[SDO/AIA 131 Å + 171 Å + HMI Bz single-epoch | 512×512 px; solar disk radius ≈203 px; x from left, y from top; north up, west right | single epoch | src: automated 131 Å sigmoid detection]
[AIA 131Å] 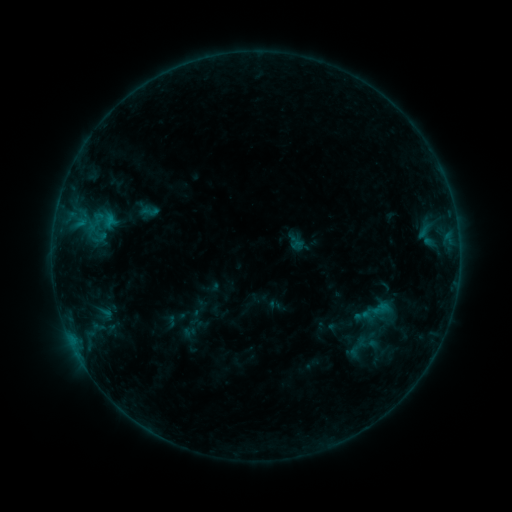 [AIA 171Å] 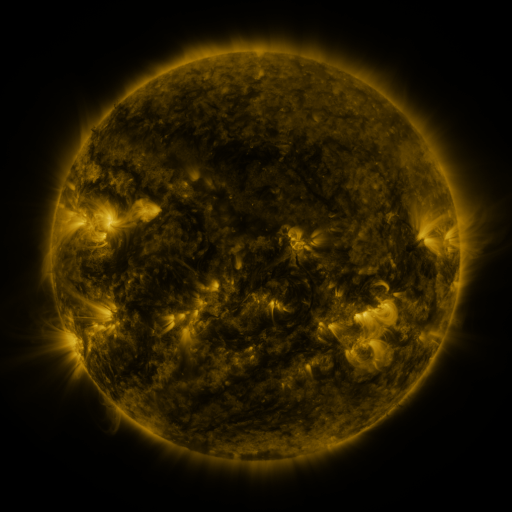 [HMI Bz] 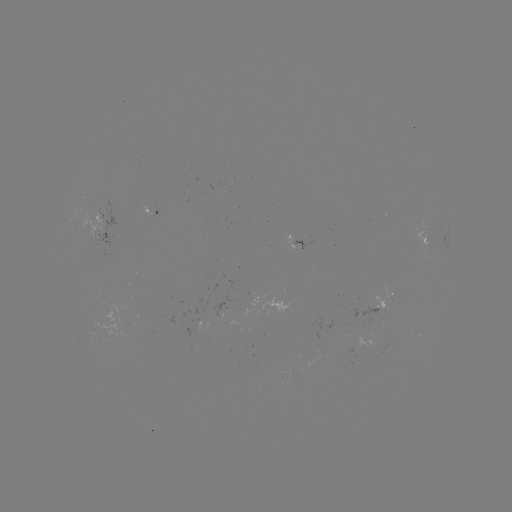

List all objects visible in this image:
sigmoid: (150, 211)
sigmoid: (106, 314)
